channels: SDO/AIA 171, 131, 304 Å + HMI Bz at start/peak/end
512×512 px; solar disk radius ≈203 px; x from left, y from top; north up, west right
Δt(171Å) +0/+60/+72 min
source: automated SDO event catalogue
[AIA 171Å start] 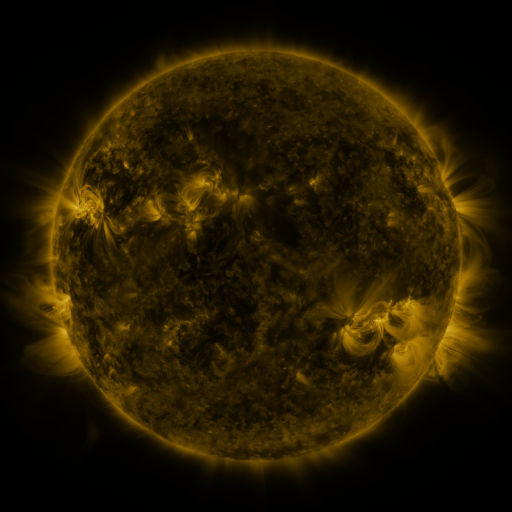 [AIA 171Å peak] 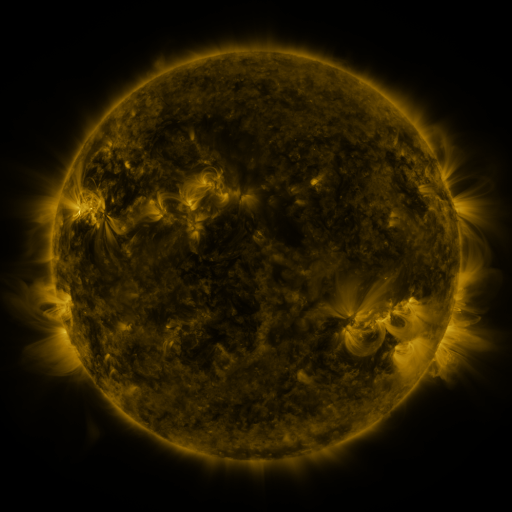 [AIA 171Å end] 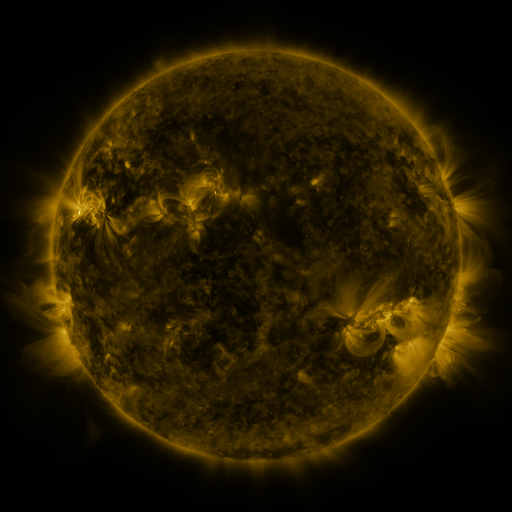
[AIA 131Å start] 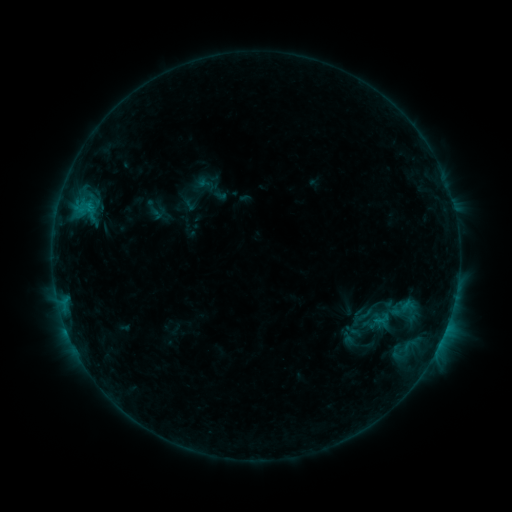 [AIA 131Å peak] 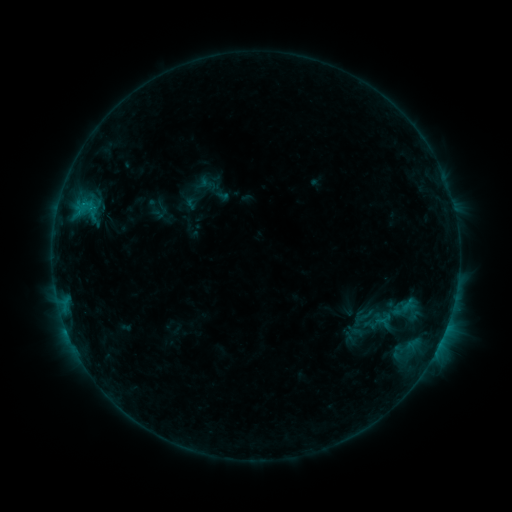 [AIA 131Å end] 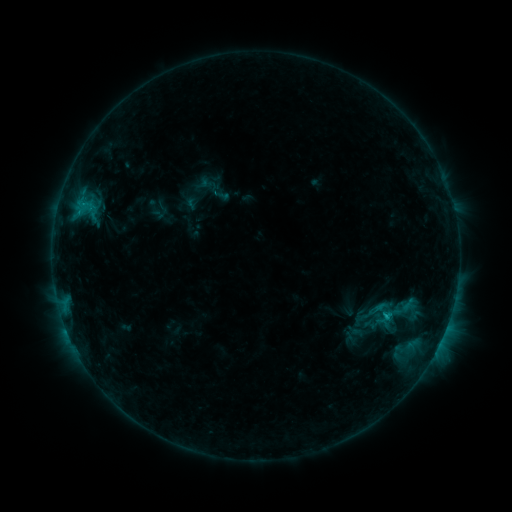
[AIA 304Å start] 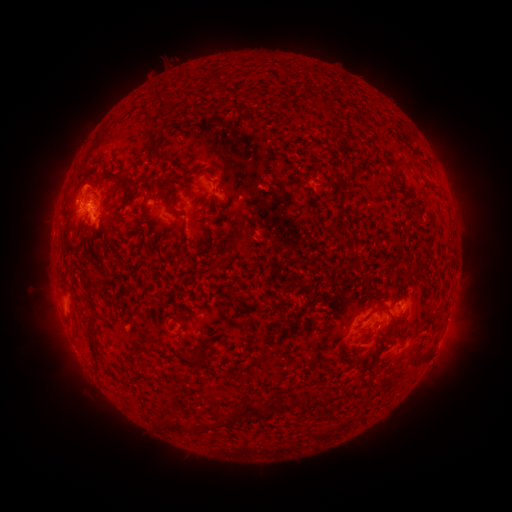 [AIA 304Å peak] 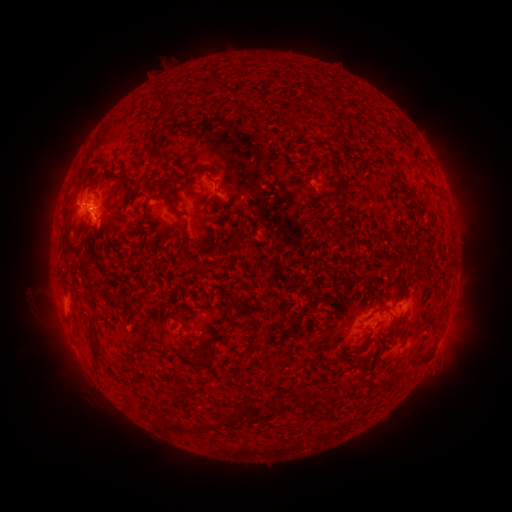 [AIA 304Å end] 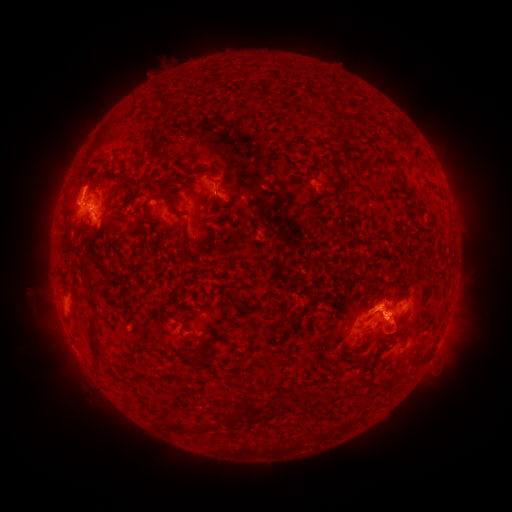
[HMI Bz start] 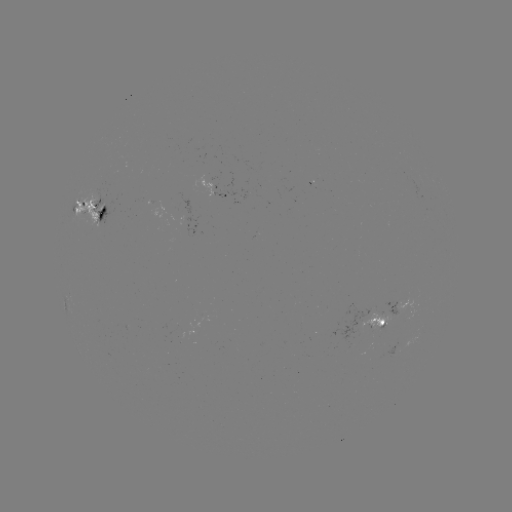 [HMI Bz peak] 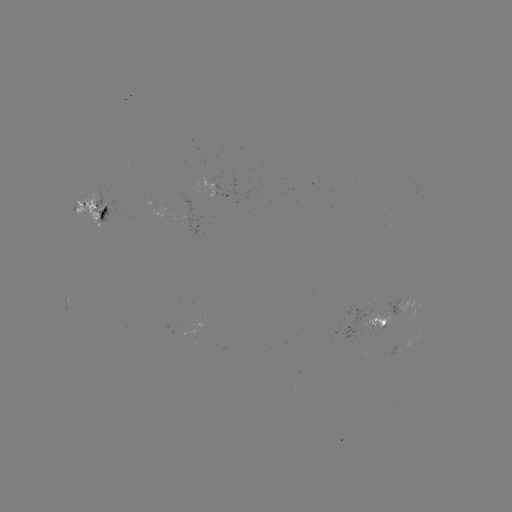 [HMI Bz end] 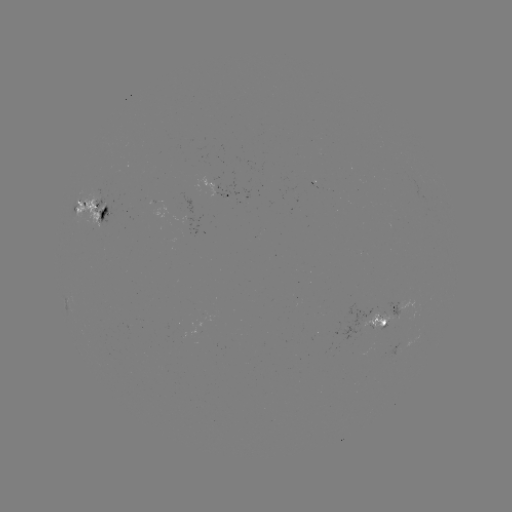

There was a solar emerging-flux region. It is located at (102, 204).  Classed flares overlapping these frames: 1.